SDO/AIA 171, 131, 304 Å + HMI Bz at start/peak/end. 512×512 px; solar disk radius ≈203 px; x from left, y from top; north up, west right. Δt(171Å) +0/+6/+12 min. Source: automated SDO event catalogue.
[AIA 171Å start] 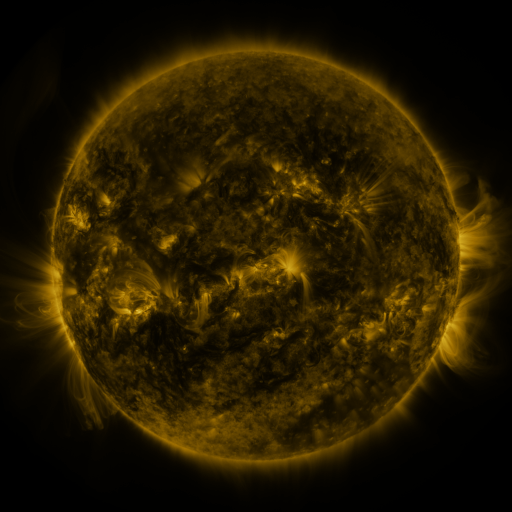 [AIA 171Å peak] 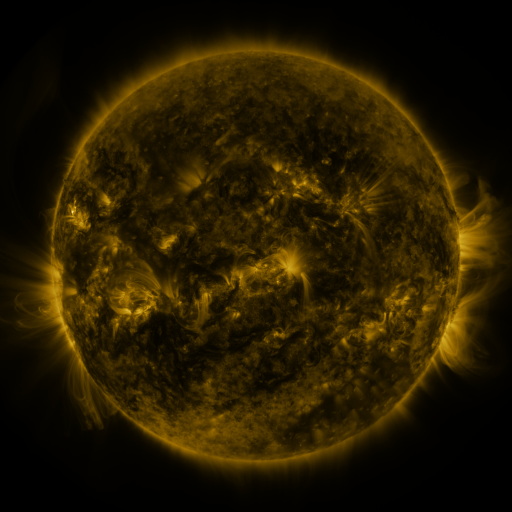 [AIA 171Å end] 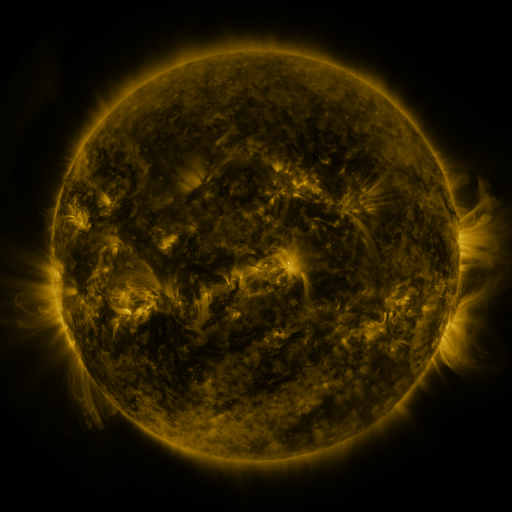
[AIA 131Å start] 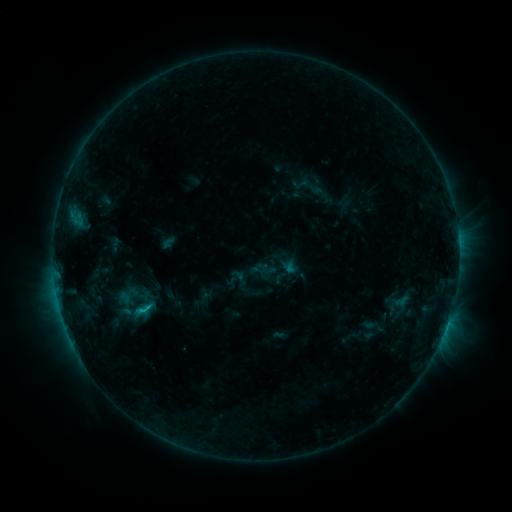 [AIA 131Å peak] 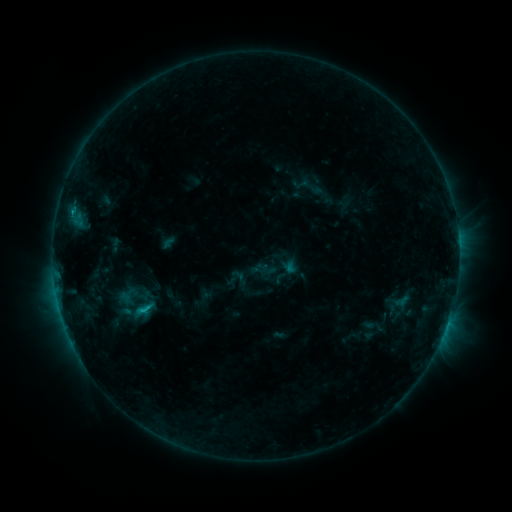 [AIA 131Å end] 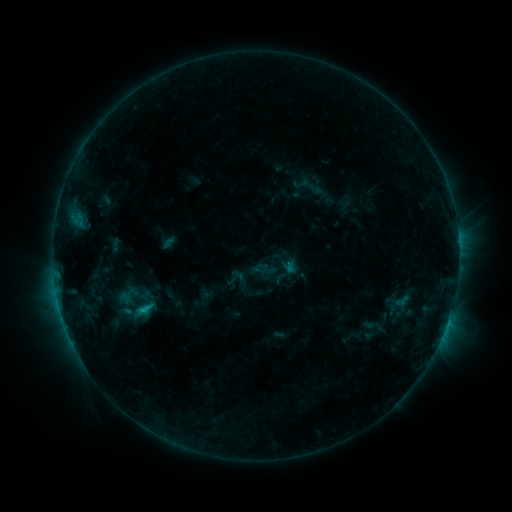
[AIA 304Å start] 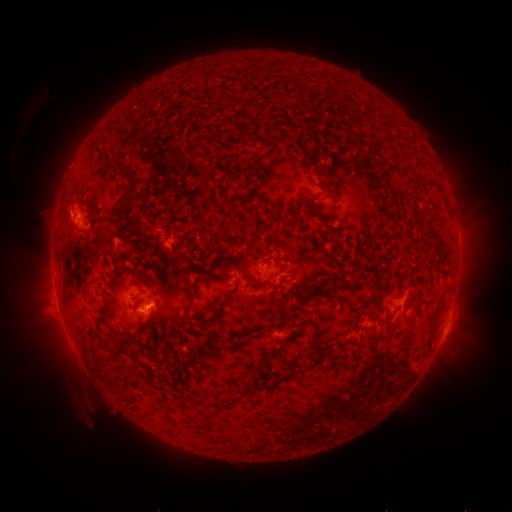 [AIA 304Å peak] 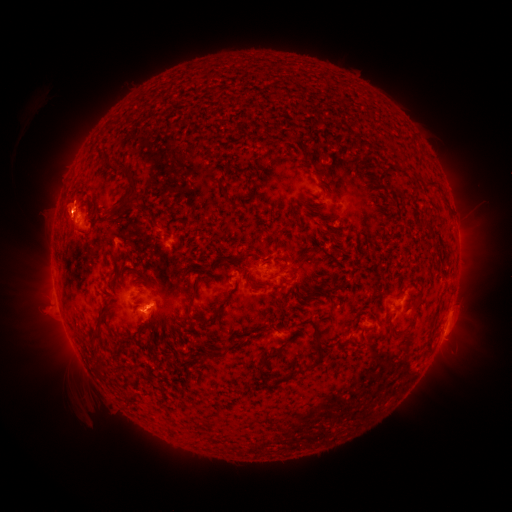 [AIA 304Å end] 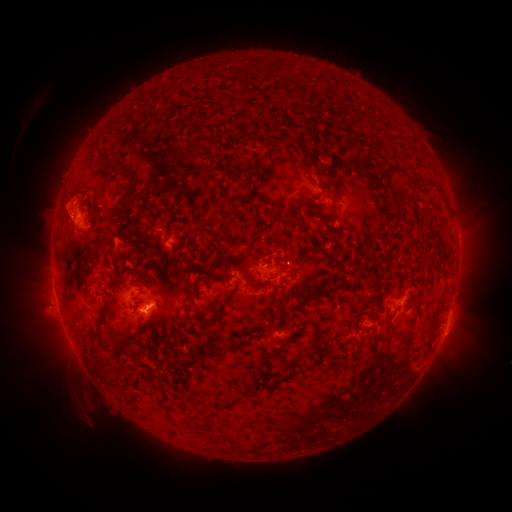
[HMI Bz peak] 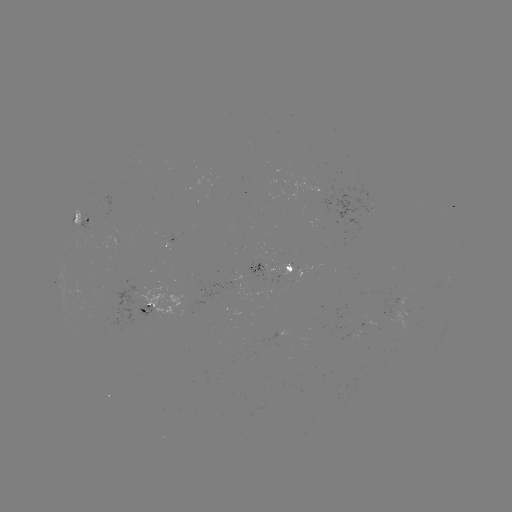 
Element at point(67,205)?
eruption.